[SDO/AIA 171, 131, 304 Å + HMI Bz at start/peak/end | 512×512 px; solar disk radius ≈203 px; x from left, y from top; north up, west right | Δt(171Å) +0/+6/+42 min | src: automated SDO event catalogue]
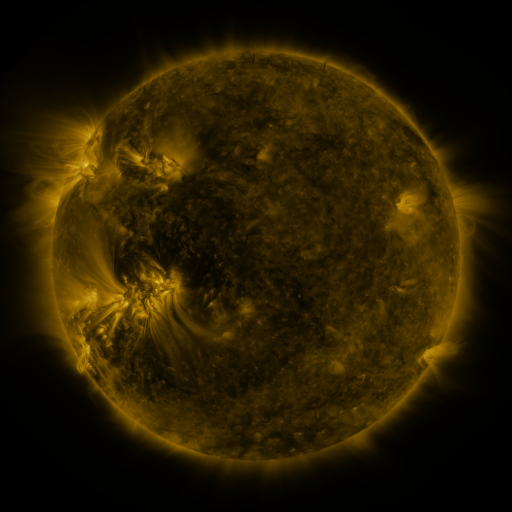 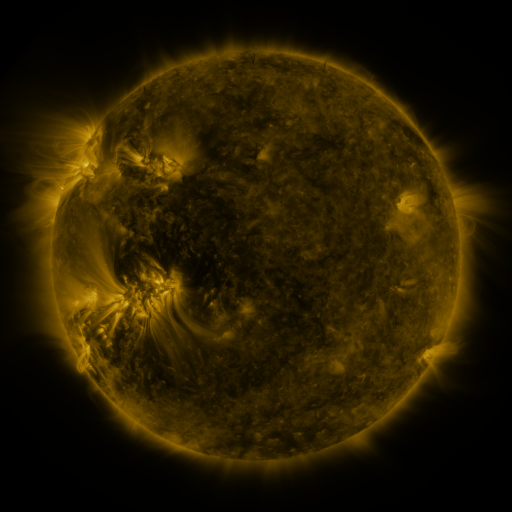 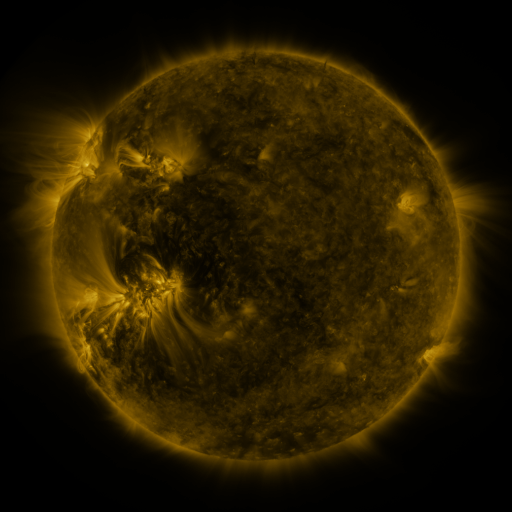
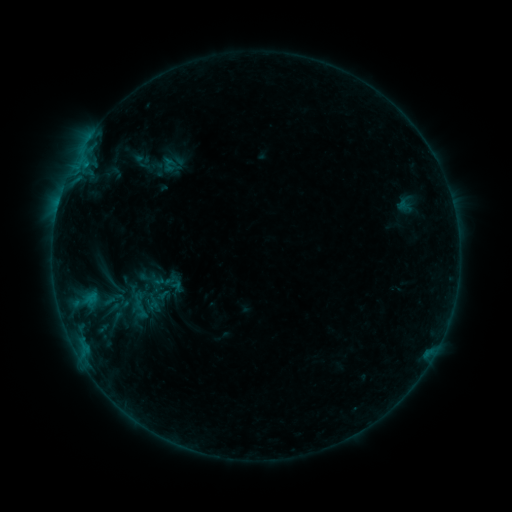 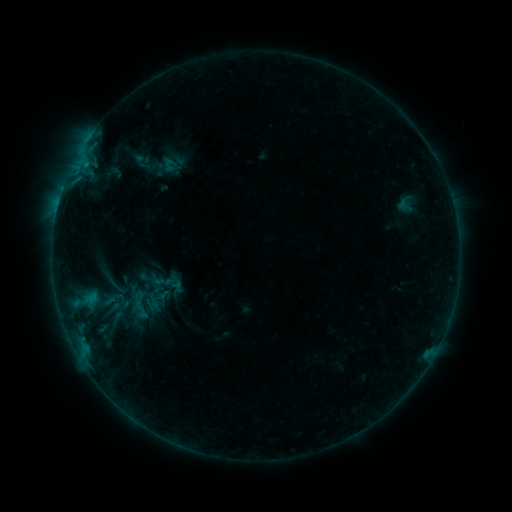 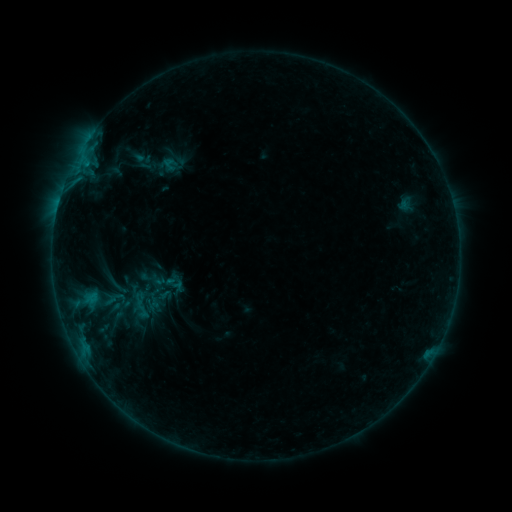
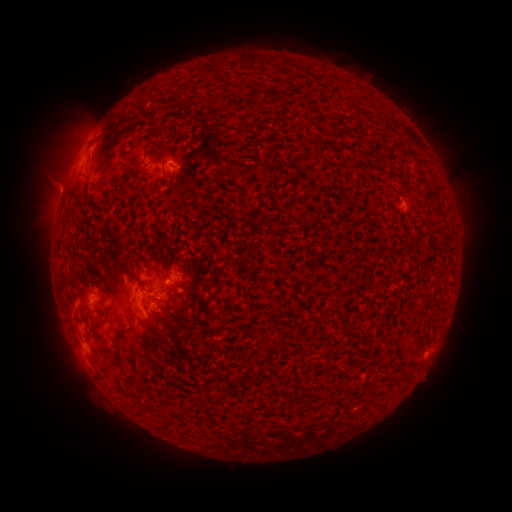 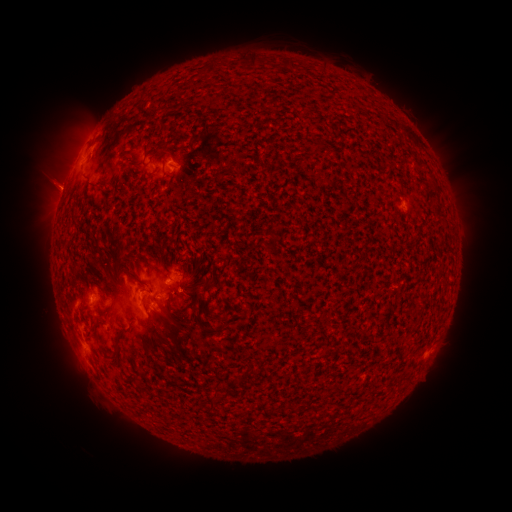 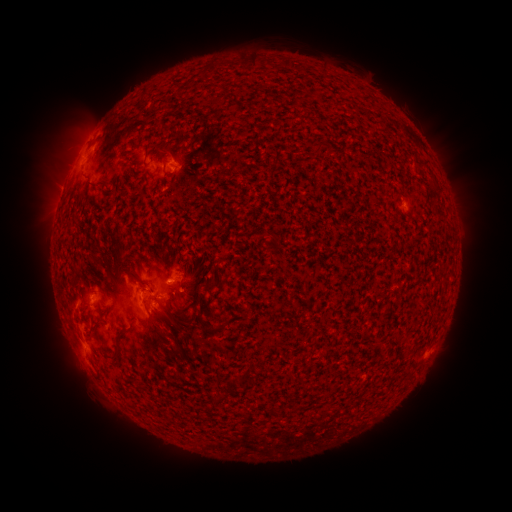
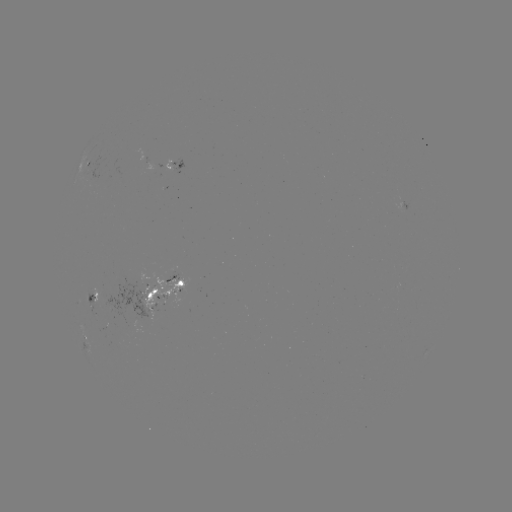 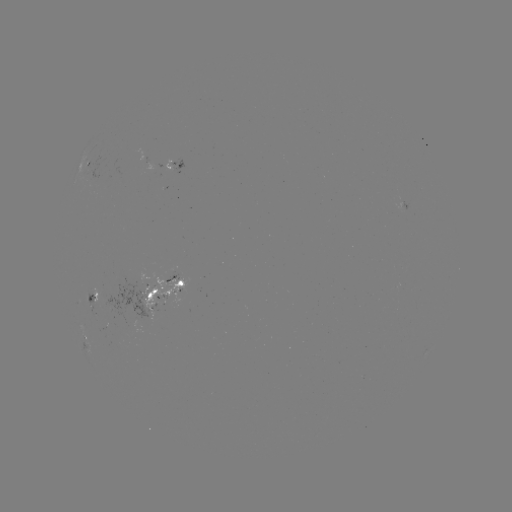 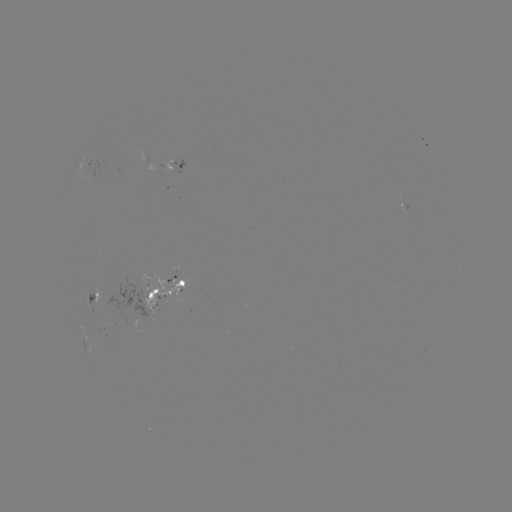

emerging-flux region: (147, 308, 155, 321)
